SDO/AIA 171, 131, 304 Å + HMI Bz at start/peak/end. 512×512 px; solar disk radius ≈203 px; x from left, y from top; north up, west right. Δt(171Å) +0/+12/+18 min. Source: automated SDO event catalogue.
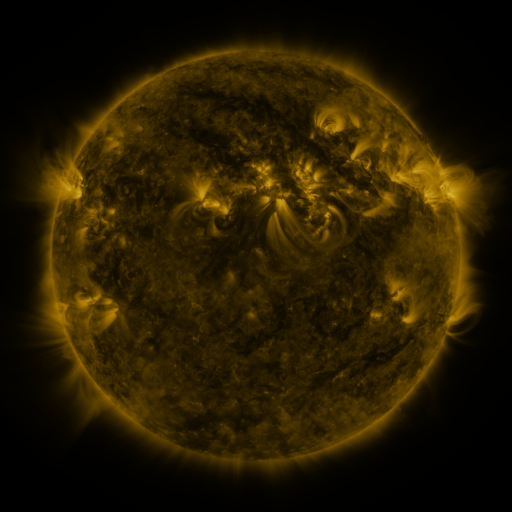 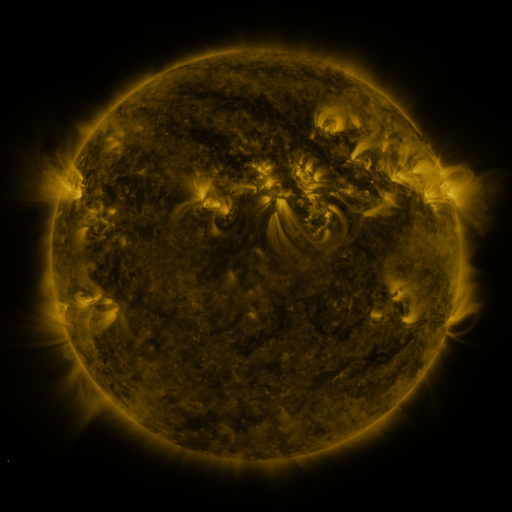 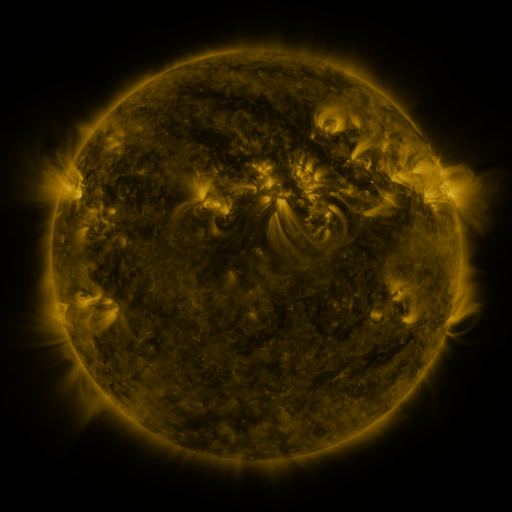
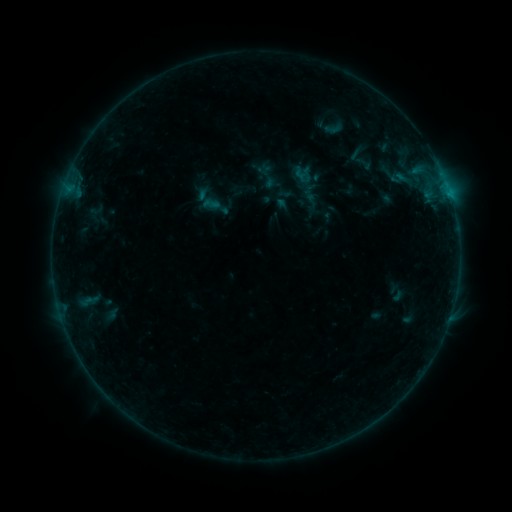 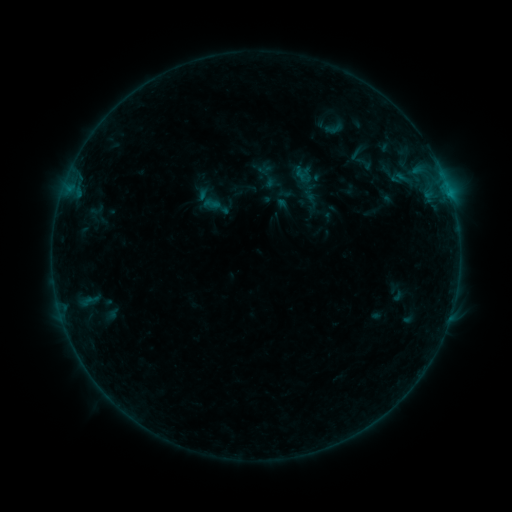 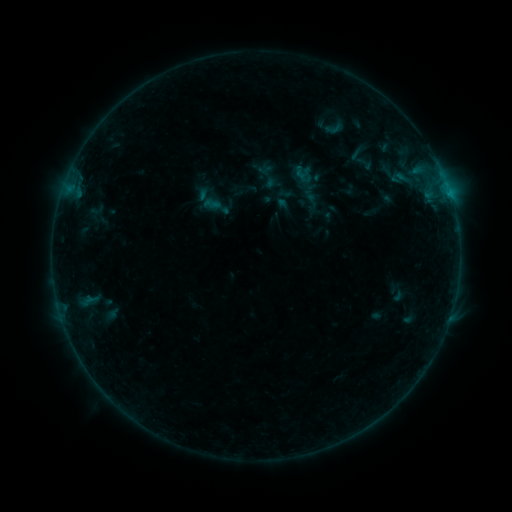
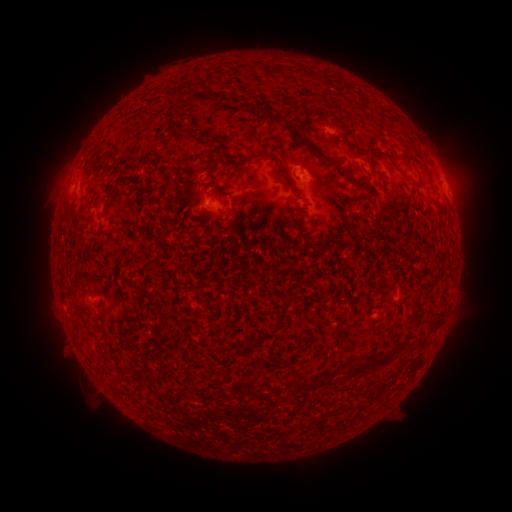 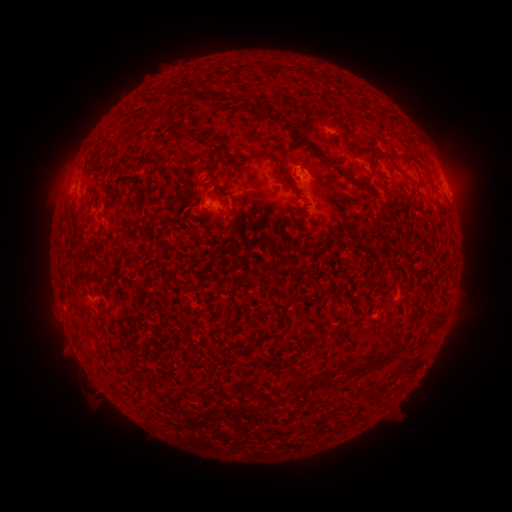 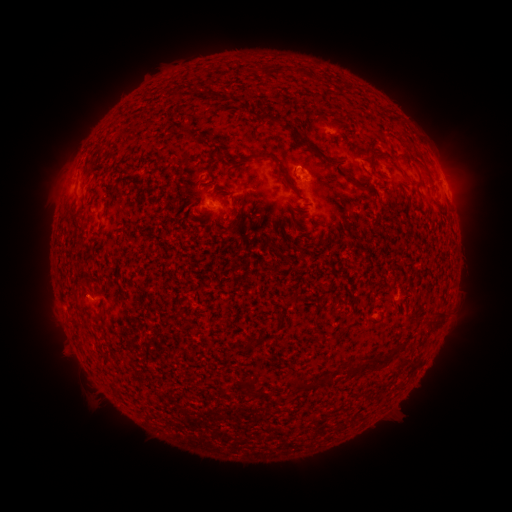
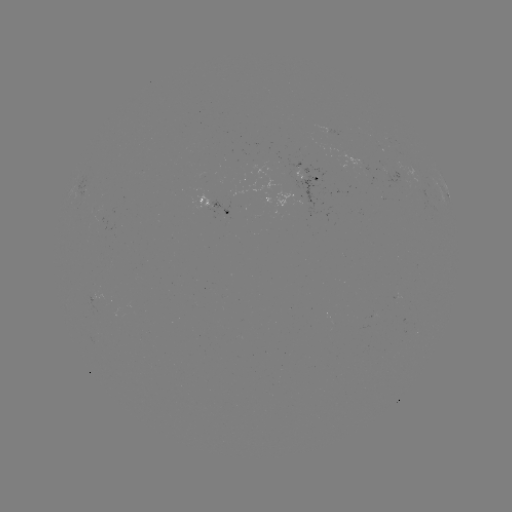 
no classed flare was catalogued and no EUV brightening was flagged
